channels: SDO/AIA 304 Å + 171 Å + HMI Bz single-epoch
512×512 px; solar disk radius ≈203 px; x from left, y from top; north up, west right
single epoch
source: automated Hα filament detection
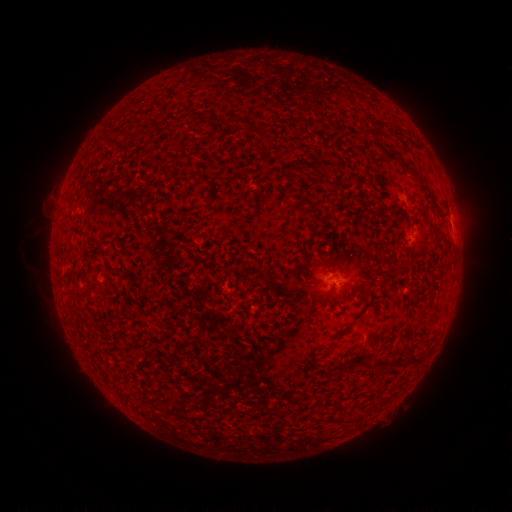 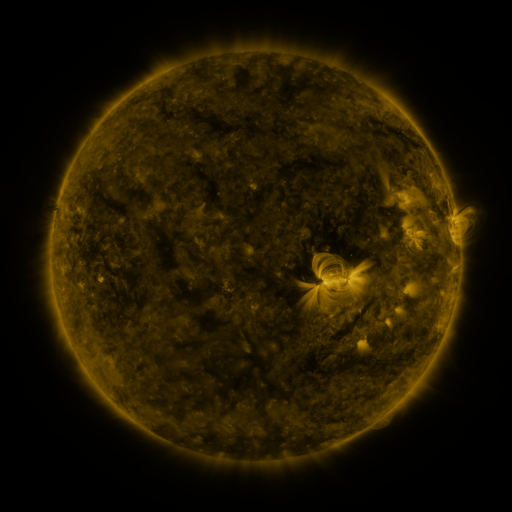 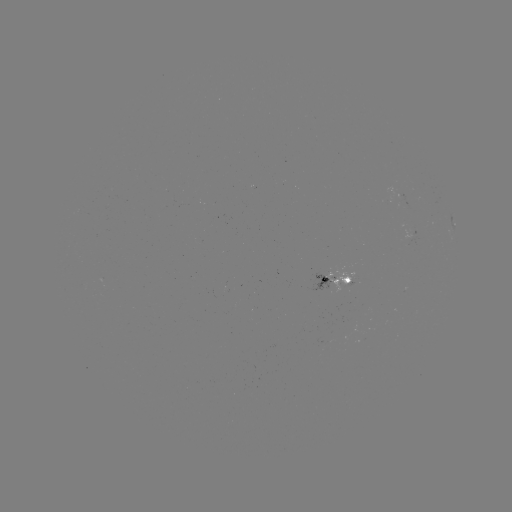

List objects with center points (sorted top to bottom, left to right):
filament: (241, 121)
filament: (265, 126)
filament: (382, 128)
filament: (407, 168)
filament: (307, 202)
filament: (434, 204)
filament: (390, 365)
